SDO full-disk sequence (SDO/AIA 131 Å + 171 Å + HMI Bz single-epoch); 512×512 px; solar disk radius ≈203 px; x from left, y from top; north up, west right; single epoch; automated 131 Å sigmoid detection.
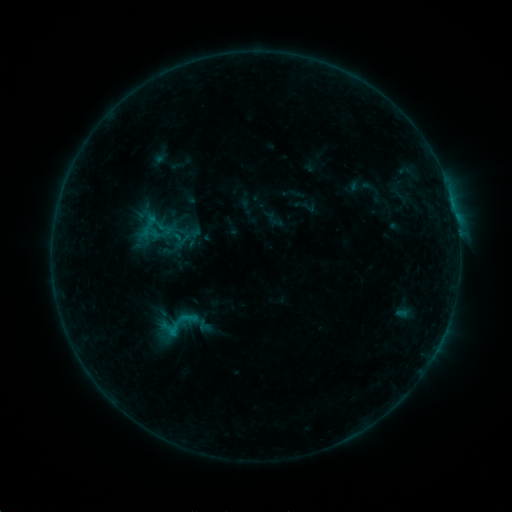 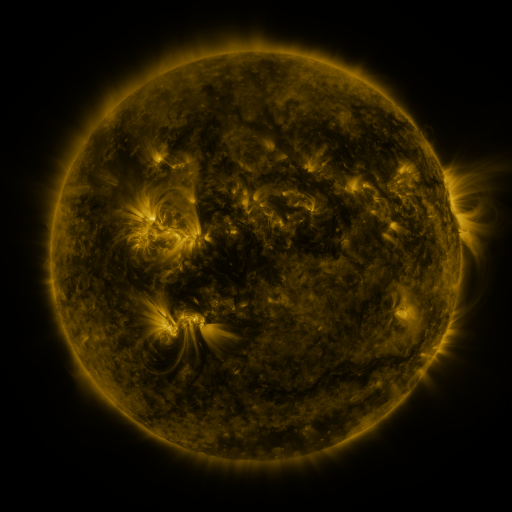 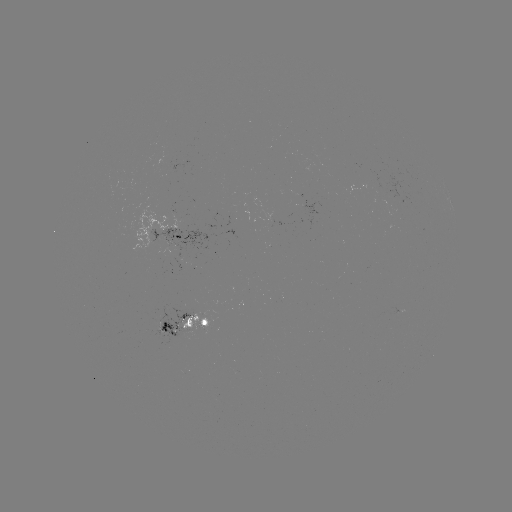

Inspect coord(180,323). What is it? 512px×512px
sigmoid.